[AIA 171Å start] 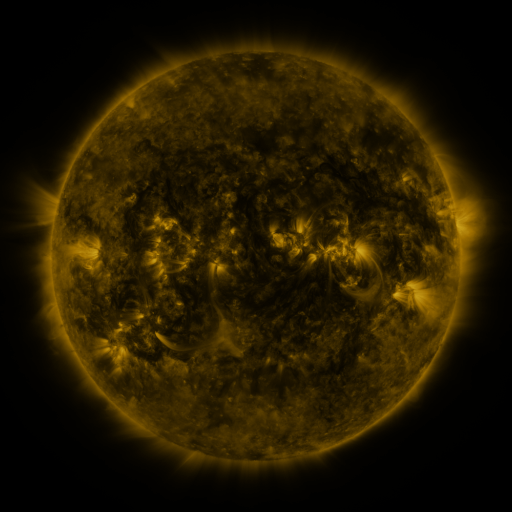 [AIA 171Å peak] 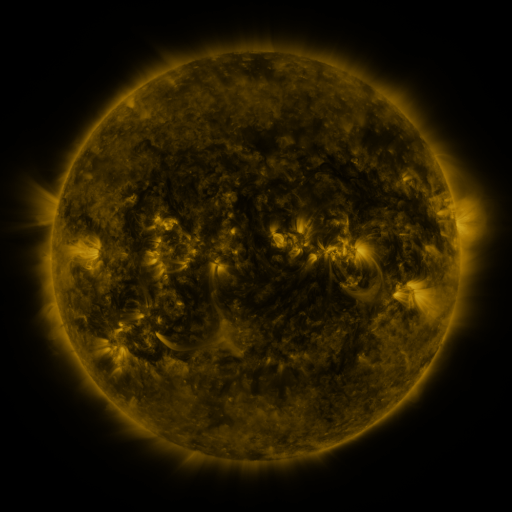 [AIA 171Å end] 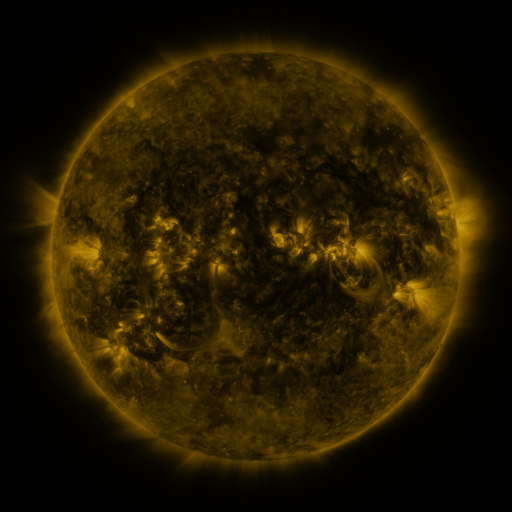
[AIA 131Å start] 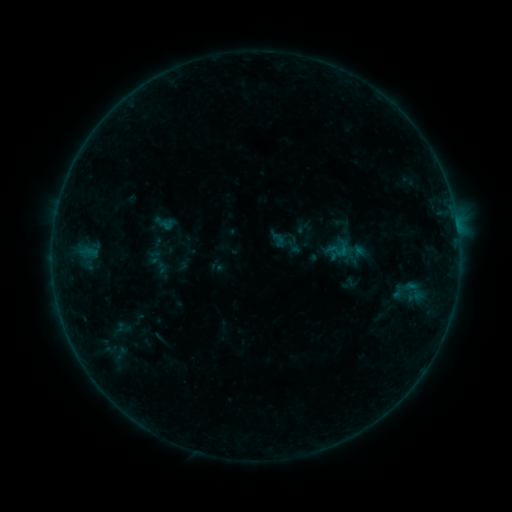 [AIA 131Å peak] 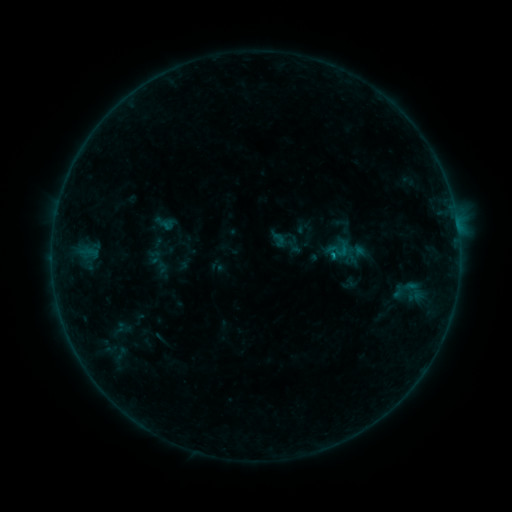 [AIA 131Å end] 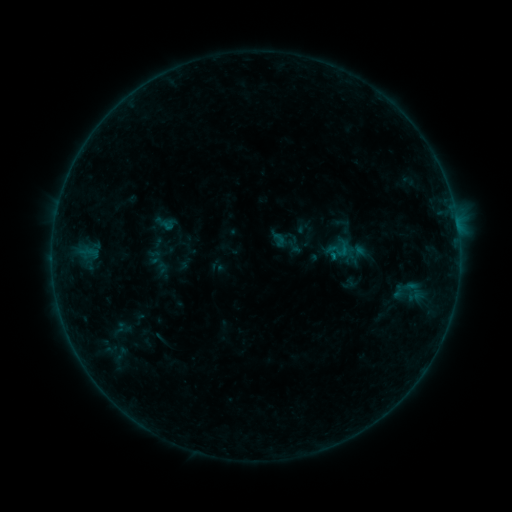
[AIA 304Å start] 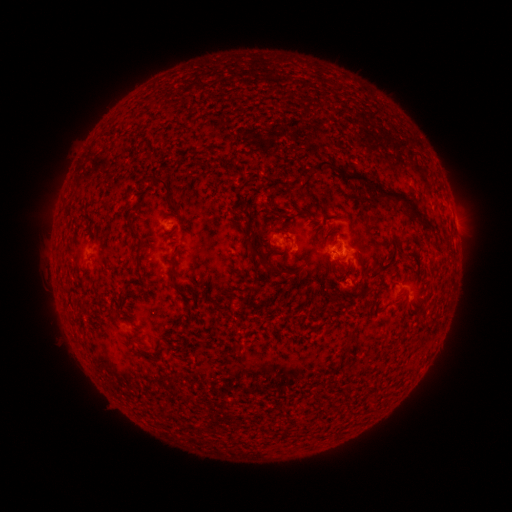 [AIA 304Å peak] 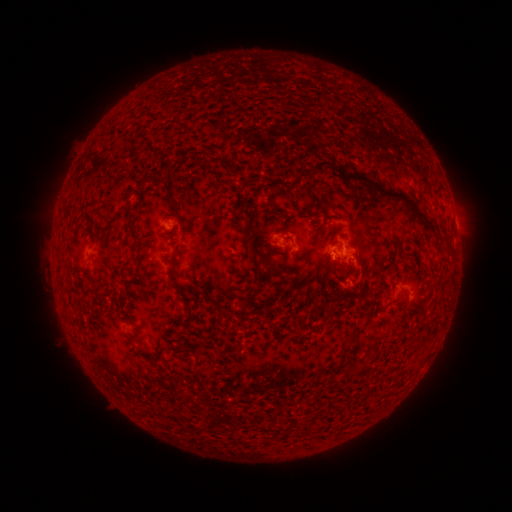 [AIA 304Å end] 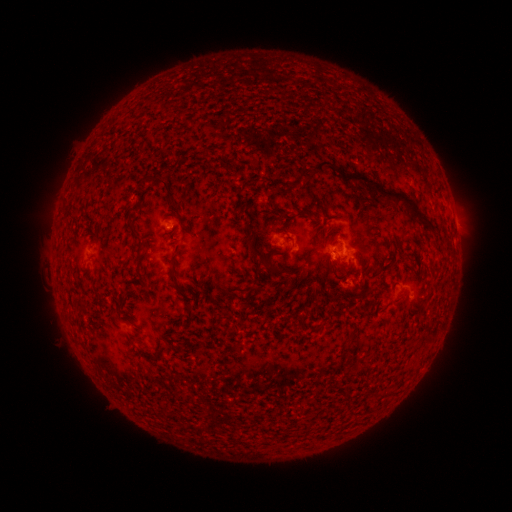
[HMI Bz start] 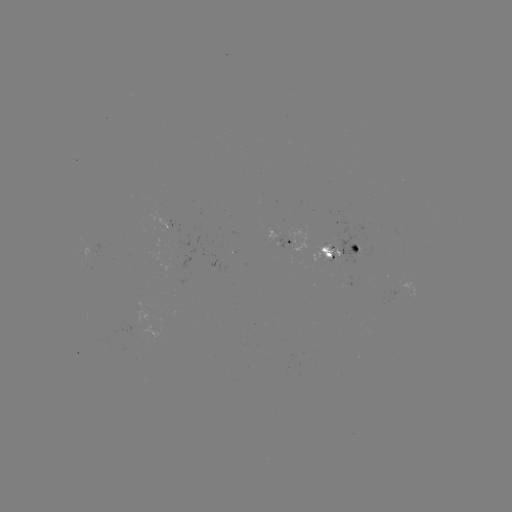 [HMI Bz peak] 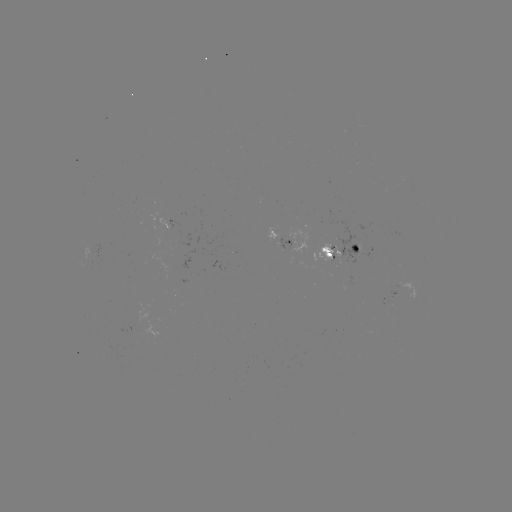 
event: flare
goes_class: B3.4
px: (332, 258)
